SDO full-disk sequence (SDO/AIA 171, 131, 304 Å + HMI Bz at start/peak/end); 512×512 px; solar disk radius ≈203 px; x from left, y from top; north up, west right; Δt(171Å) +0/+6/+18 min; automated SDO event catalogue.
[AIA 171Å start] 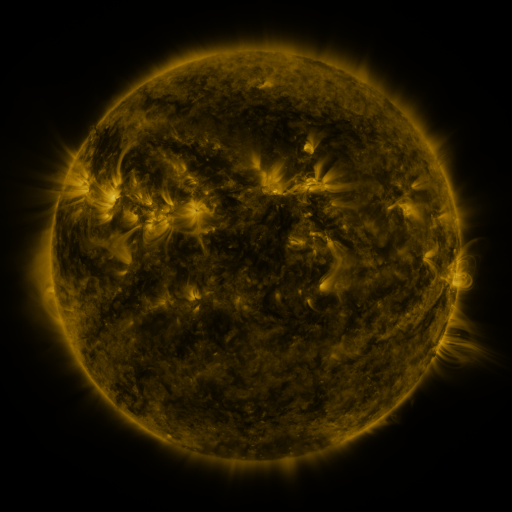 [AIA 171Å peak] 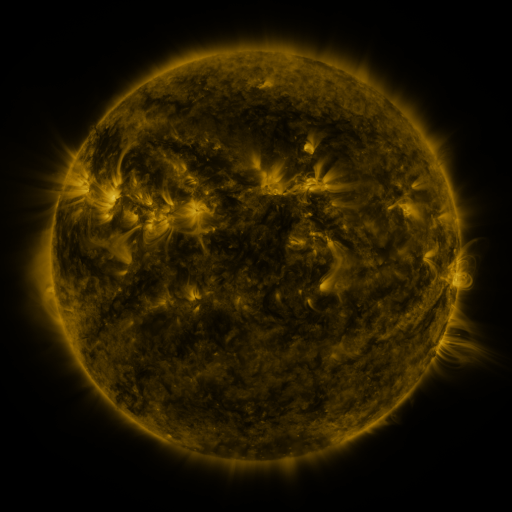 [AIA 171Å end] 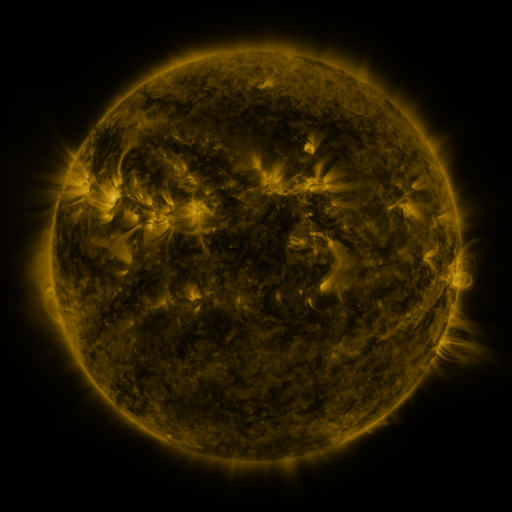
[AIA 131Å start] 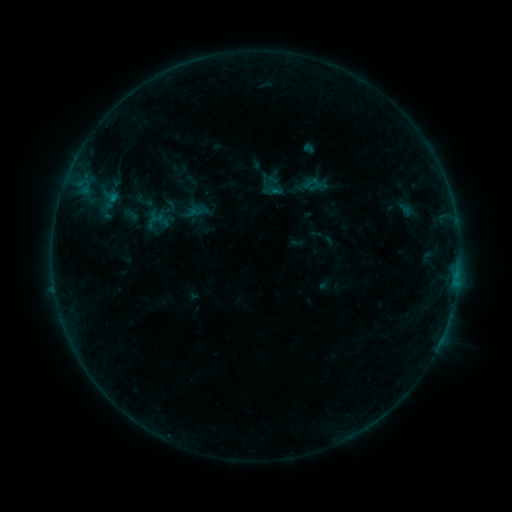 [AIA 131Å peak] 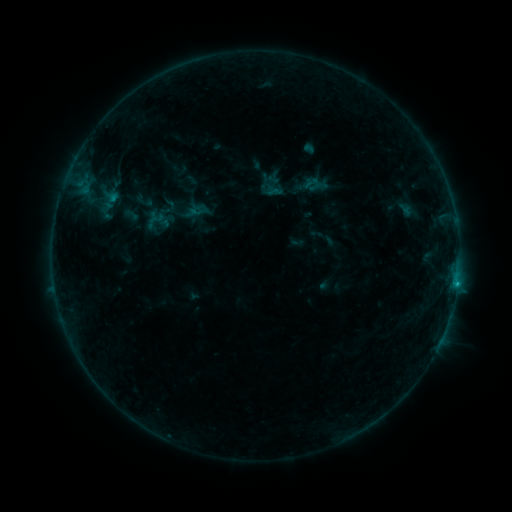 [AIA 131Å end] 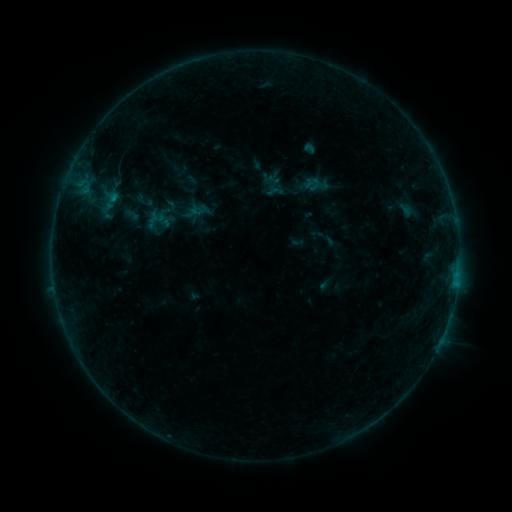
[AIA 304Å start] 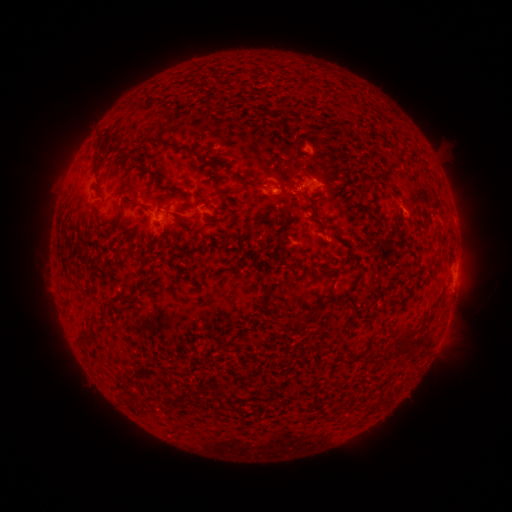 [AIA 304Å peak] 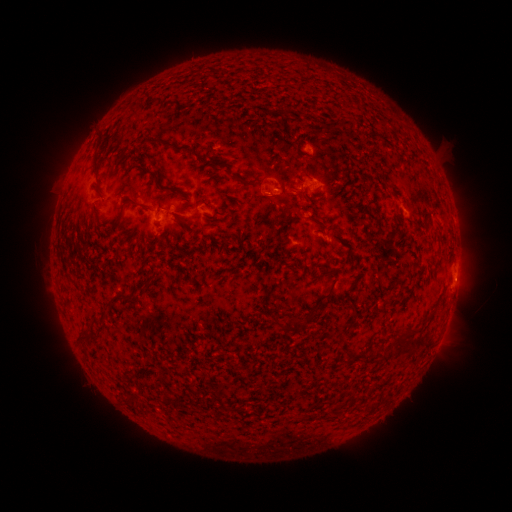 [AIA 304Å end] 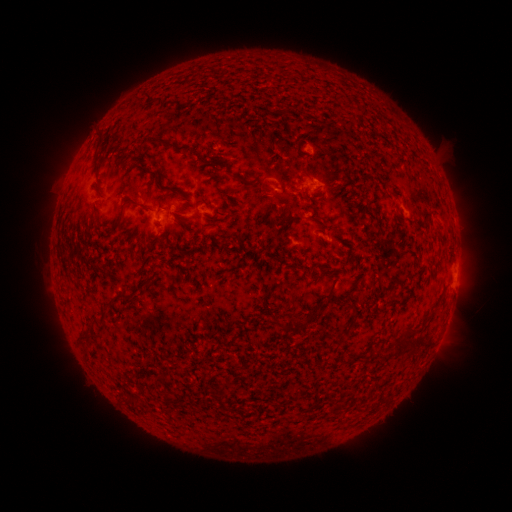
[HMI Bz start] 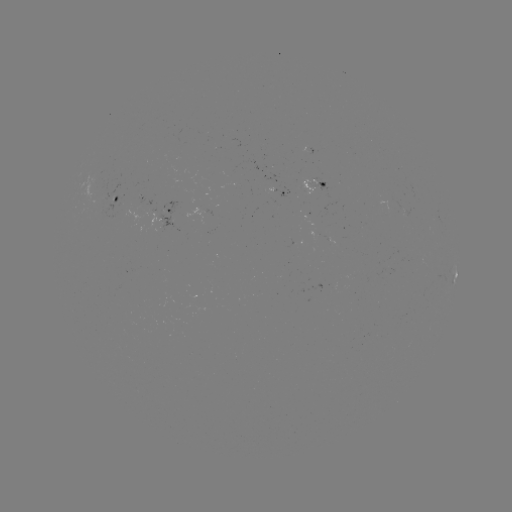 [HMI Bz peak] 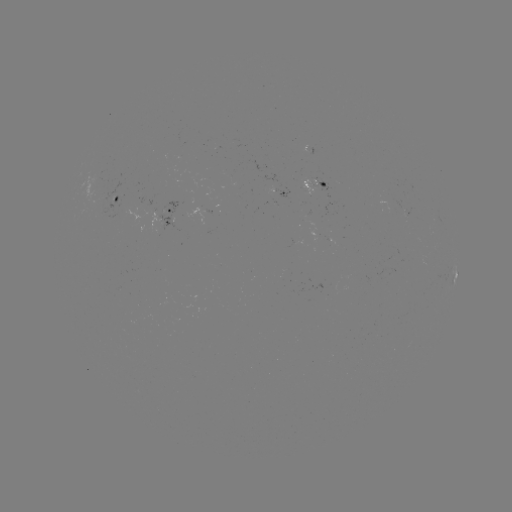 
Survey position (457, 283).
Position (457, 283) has B4.7 flare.